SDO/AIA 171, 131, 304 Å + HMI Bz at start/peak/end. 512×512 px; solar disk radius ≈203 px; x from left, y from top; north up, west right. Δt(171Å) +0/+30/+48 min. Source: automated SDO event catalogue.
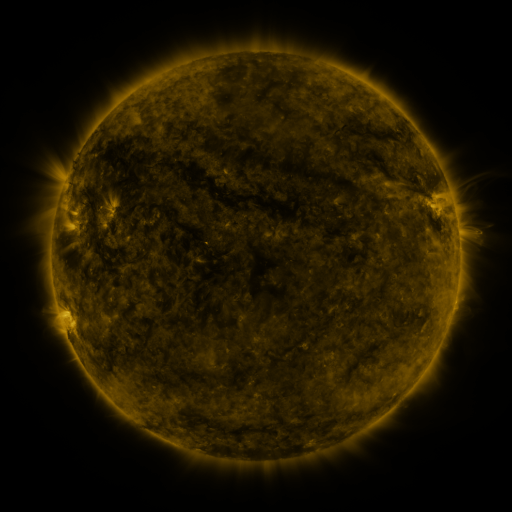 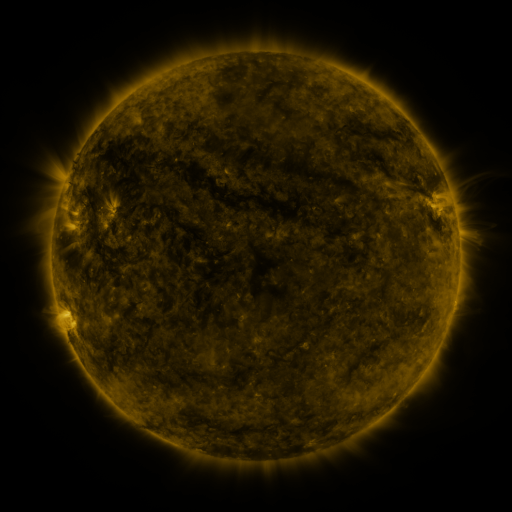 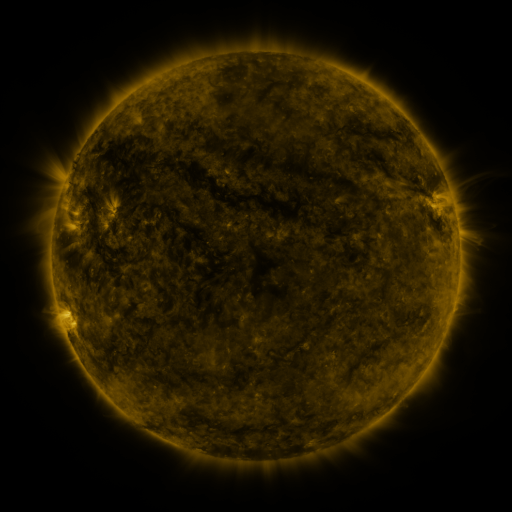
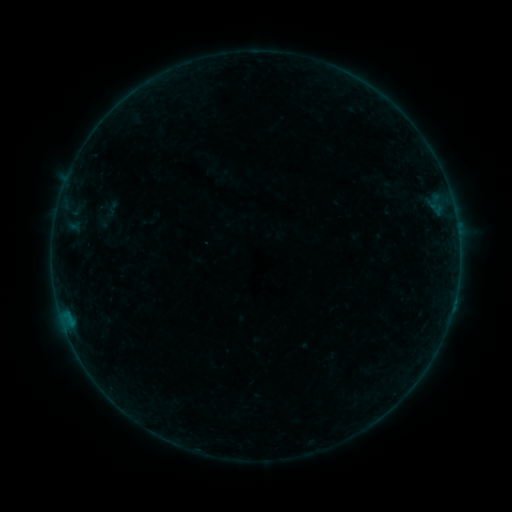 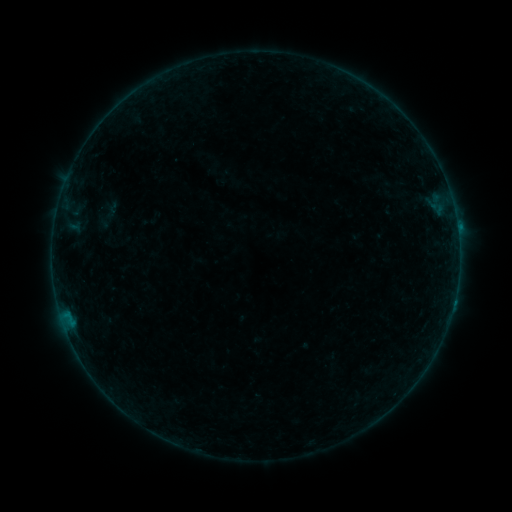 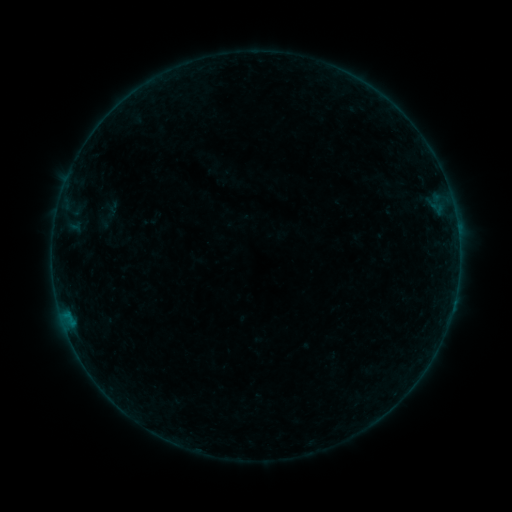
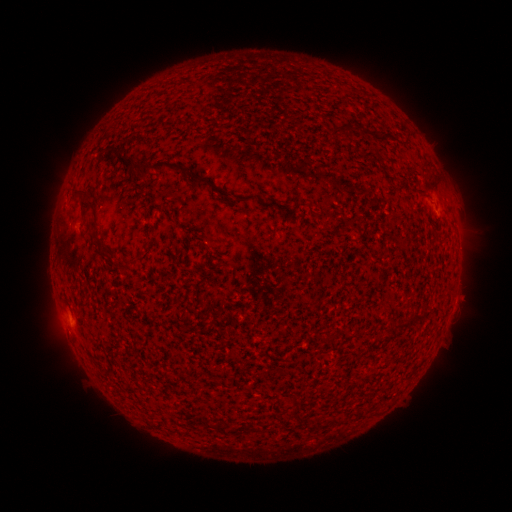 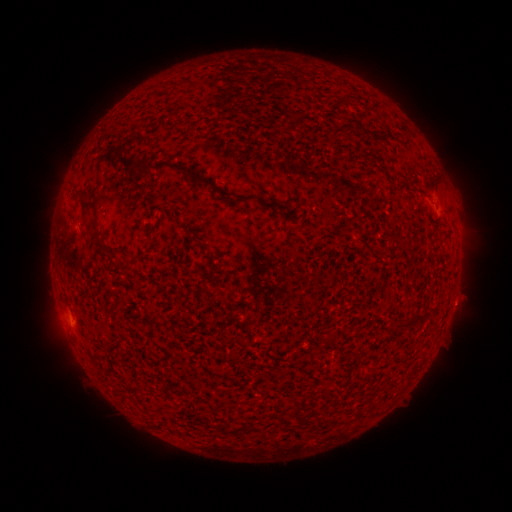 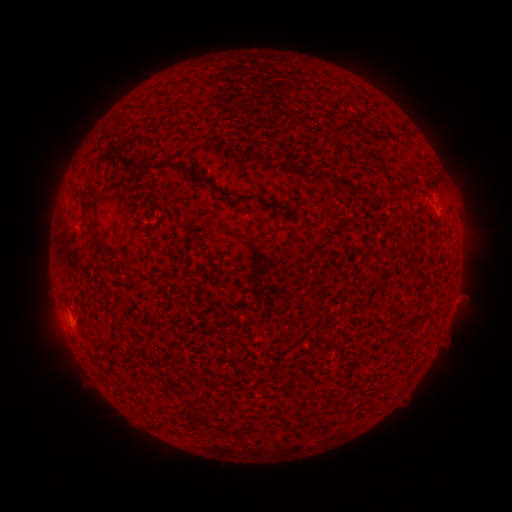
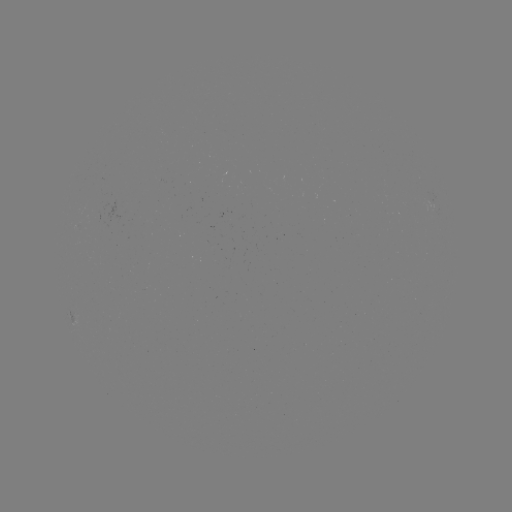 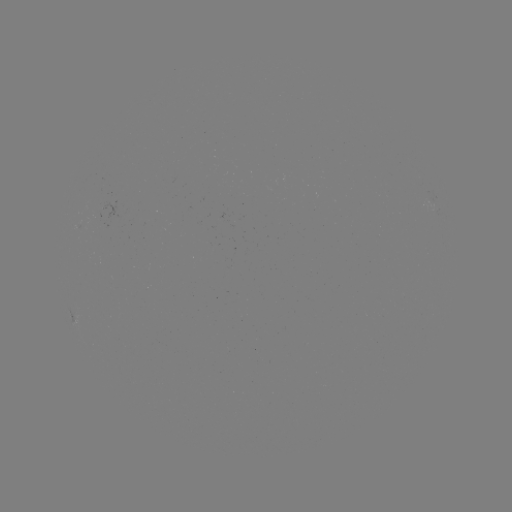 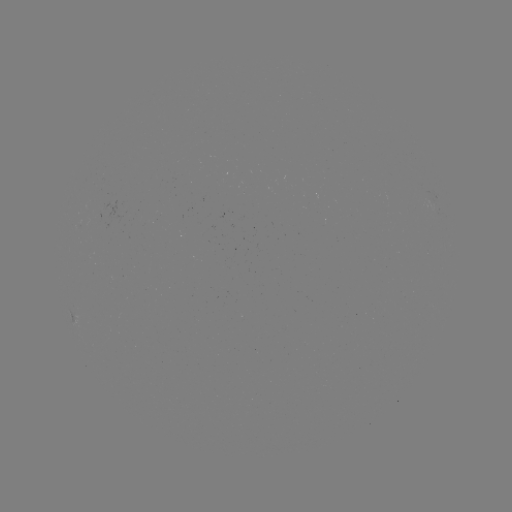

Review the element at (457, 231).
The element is B3.9 flare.